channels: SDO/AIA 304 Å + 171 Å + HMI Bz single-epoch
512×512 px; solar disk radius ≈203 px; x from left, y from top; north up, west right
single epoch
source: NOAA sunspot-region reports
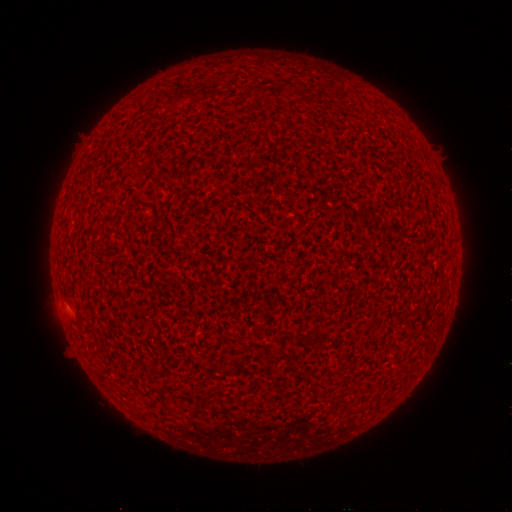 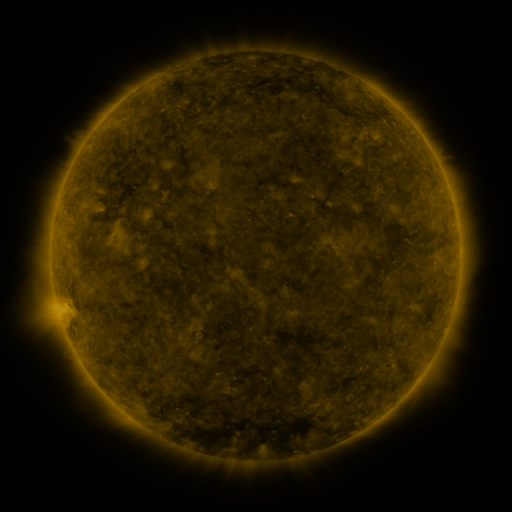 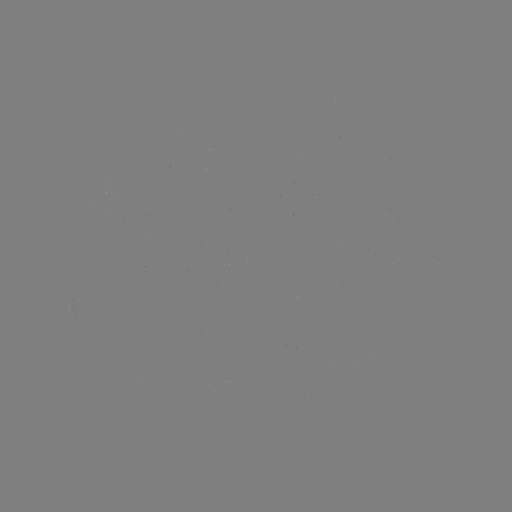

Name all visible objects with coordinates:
(none)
